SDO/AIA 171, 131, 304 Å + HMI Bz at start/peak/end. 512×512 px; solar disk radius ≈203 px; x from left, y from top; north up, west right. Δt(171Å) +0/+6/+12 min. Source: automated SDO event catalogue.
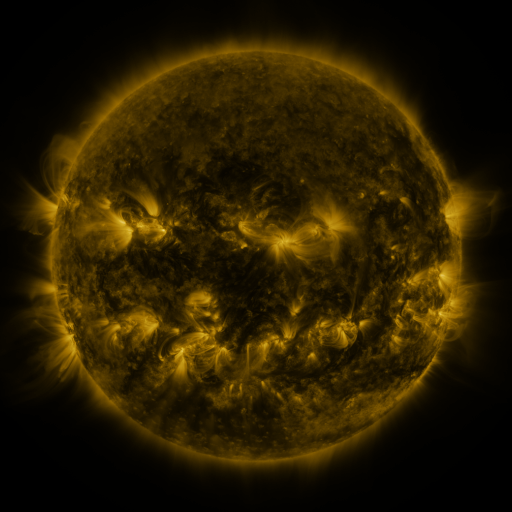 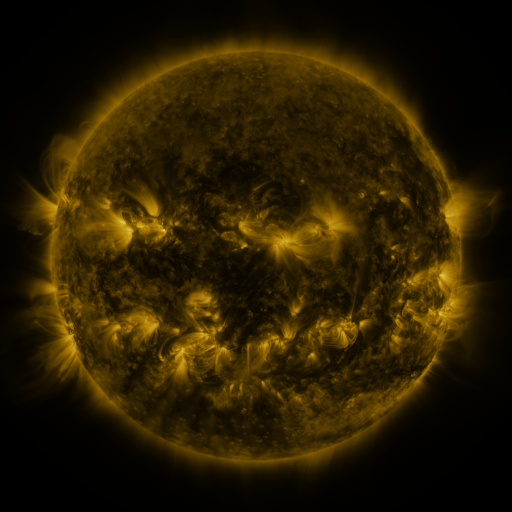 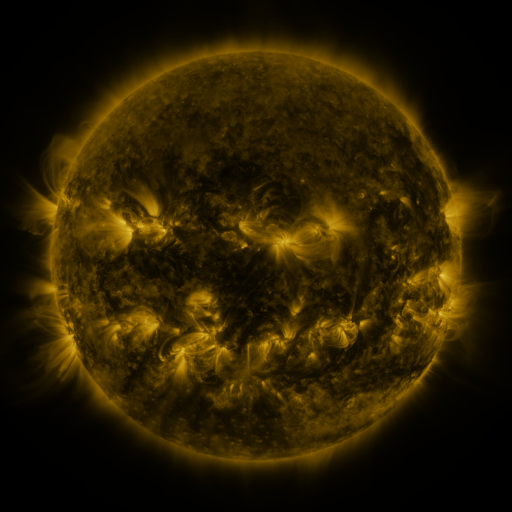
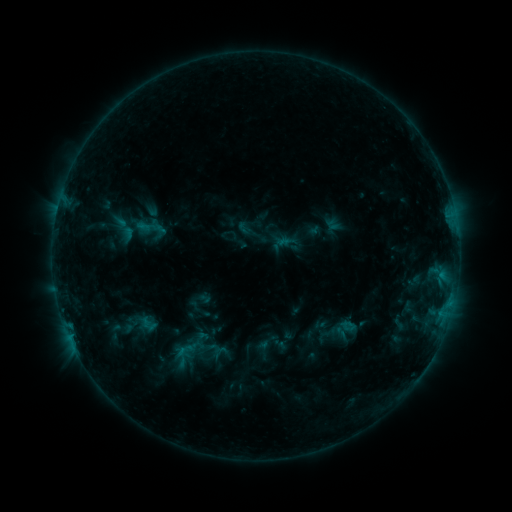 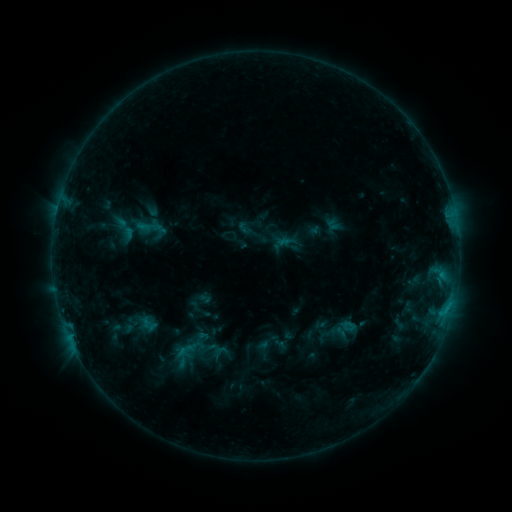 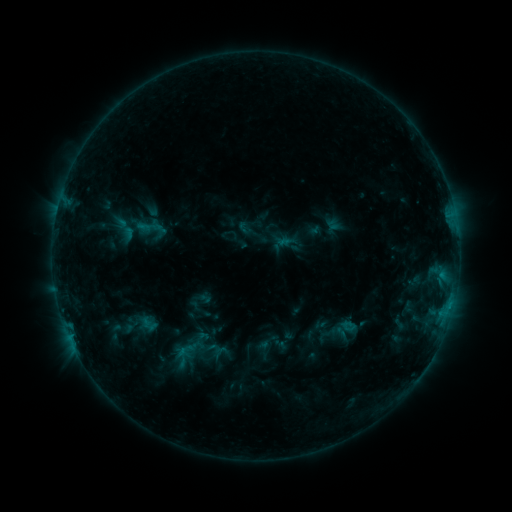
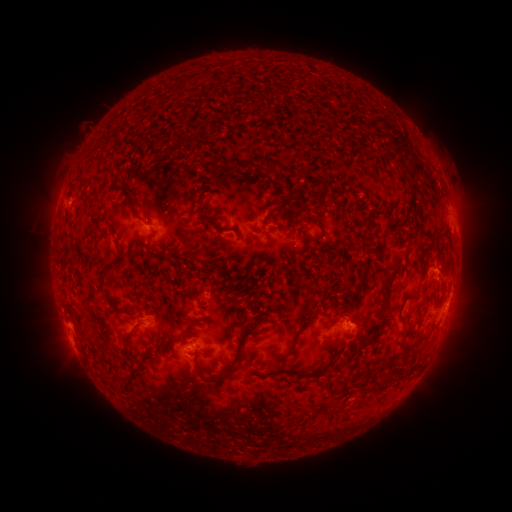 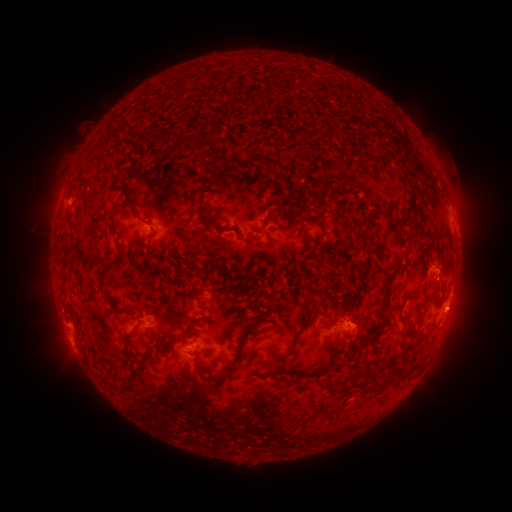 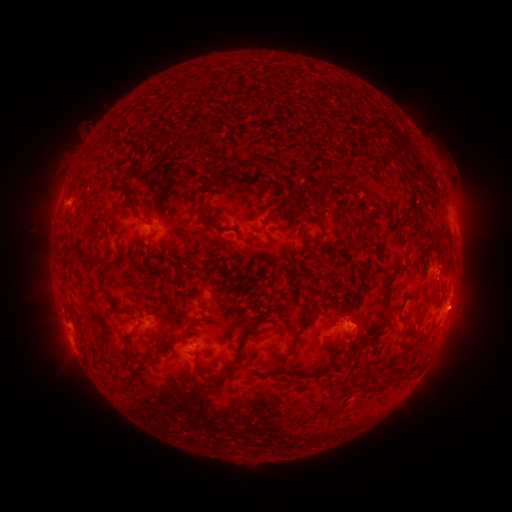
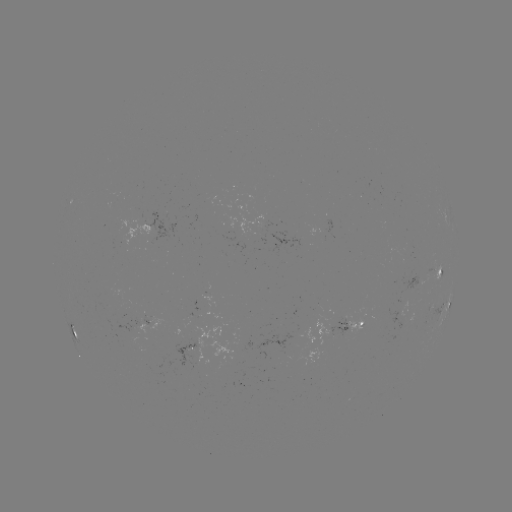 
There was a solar eruption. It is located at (459, 310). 